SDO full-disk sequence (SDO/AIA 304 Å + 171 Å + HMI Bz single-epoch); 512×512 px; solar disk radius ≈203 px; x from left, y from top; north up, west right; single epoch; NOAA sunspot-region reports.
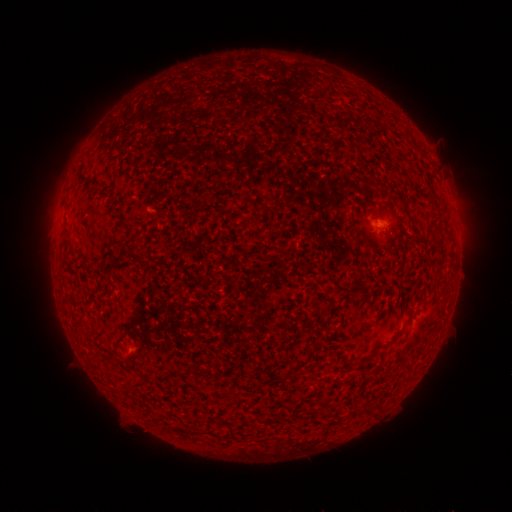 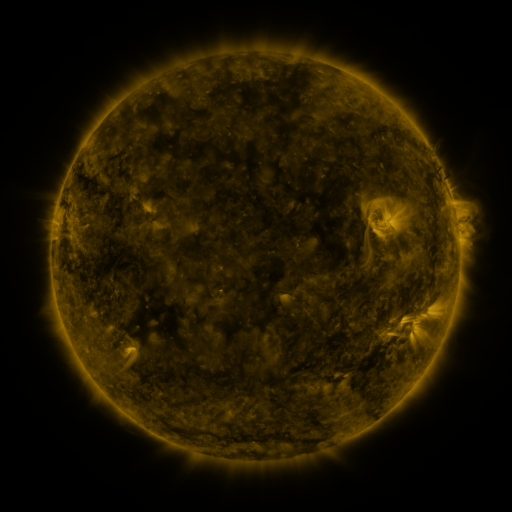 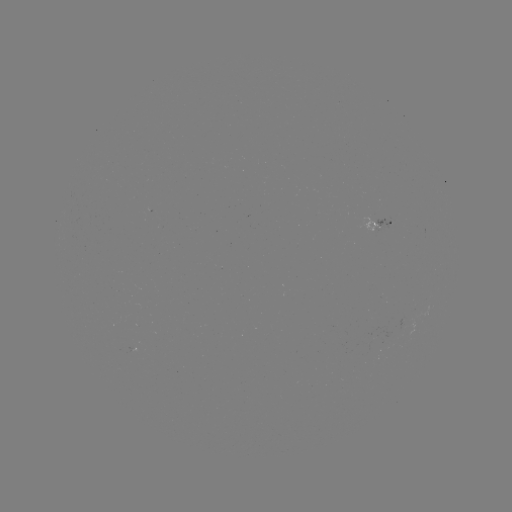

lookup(spotted active region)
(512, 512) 375,224